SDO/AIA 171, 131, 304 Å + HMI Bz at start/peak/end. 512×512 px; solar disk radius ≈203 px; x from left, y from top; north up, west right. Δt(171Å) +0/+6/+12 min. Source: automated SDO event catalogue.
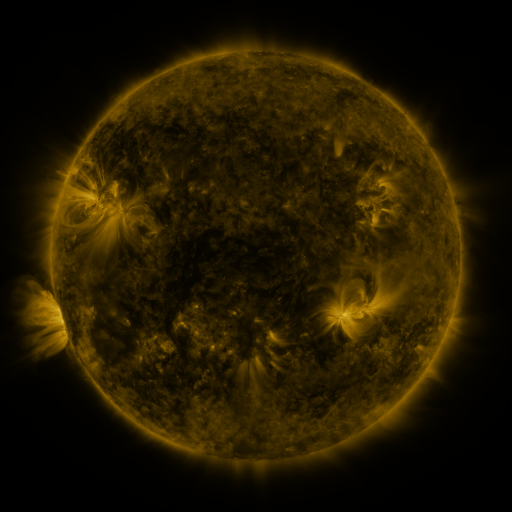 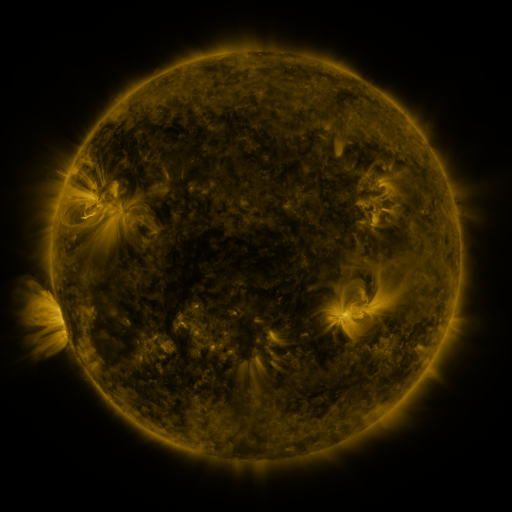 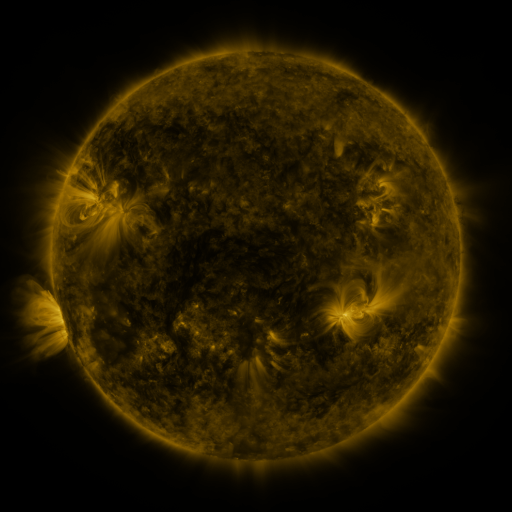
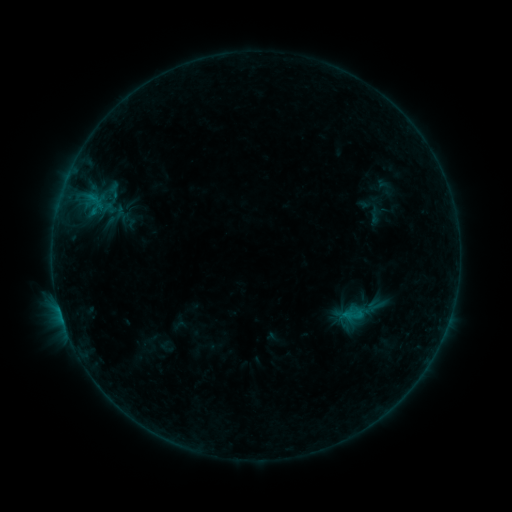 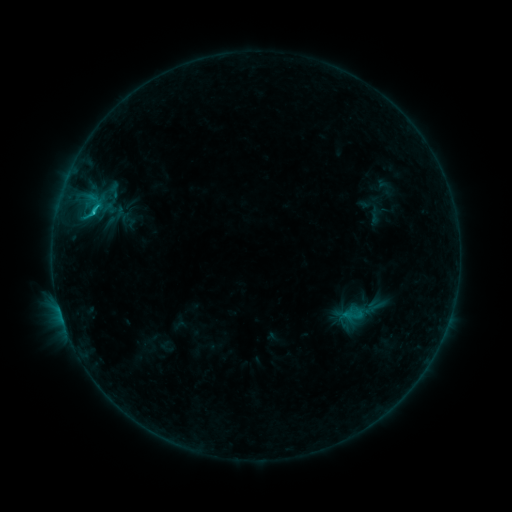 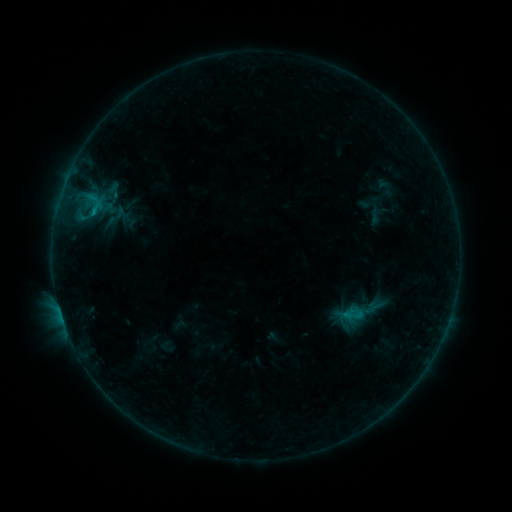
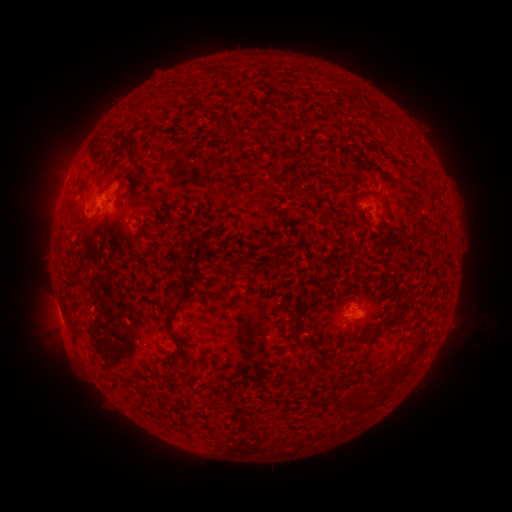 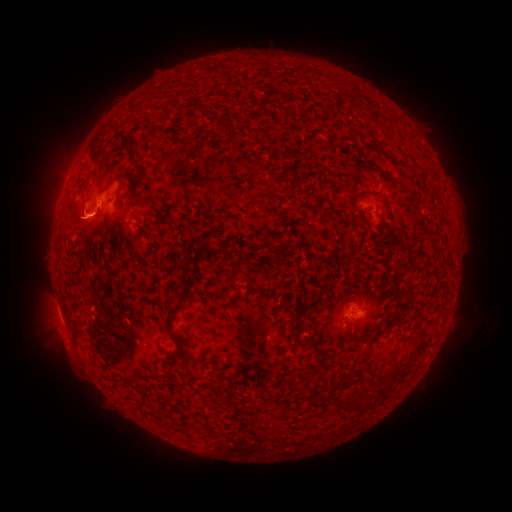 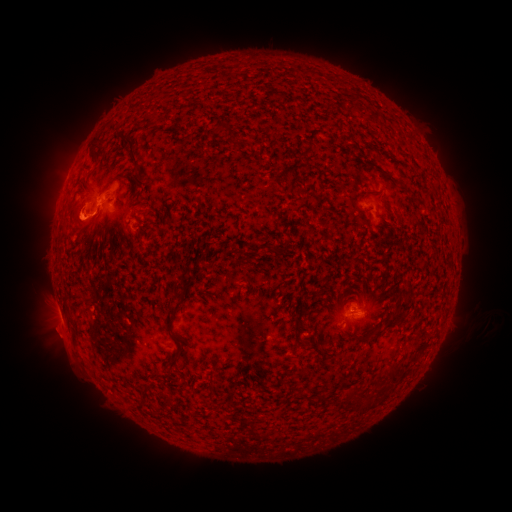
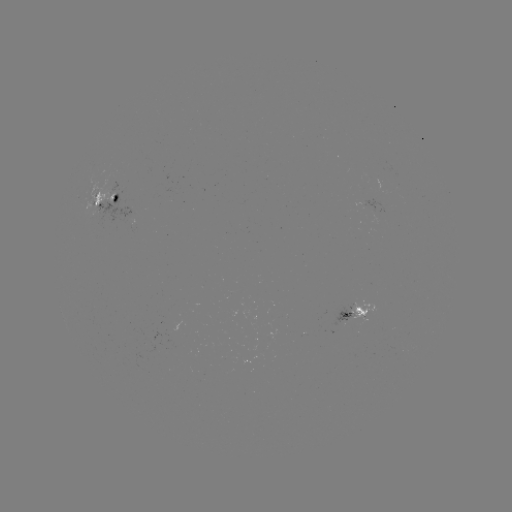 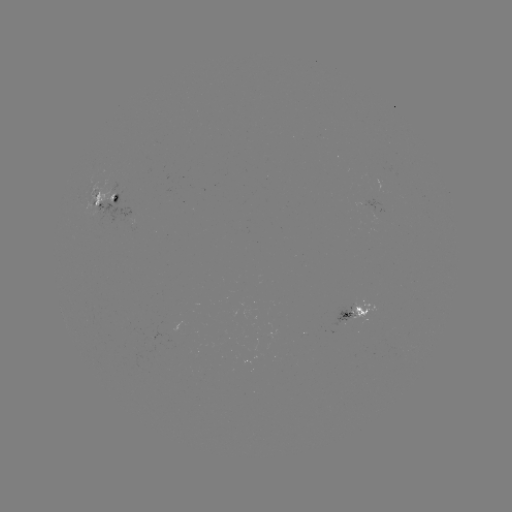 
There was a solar flare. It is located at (92, 215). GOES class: C1.0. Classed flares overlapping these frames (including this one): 1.